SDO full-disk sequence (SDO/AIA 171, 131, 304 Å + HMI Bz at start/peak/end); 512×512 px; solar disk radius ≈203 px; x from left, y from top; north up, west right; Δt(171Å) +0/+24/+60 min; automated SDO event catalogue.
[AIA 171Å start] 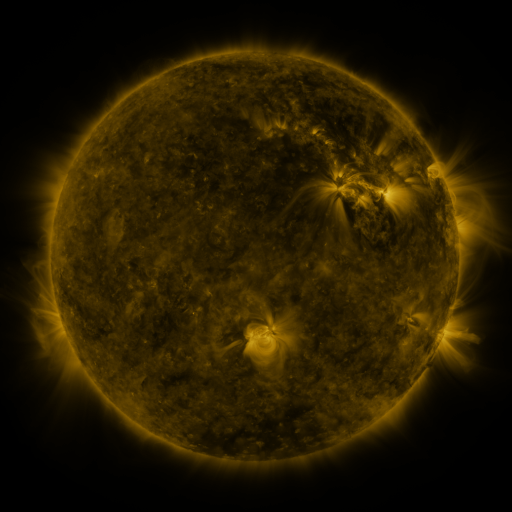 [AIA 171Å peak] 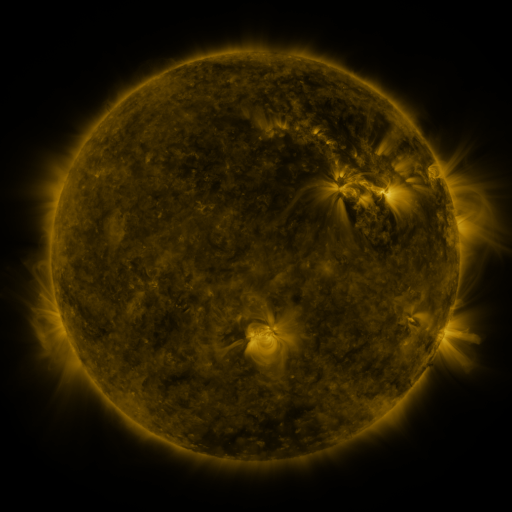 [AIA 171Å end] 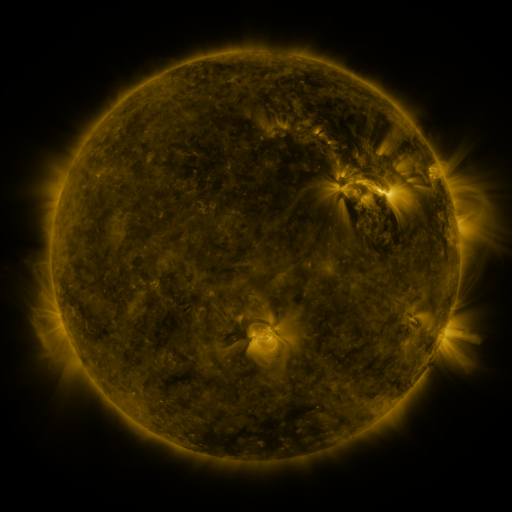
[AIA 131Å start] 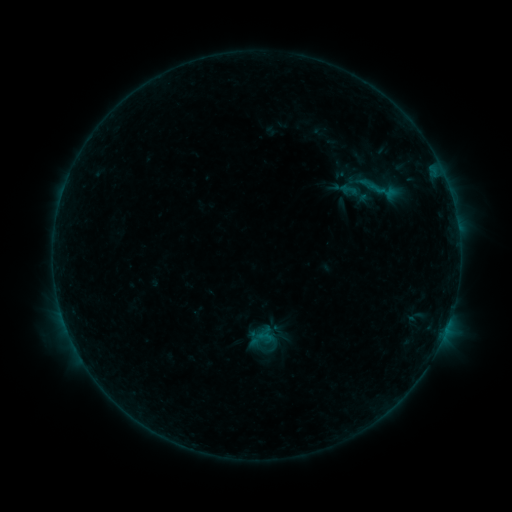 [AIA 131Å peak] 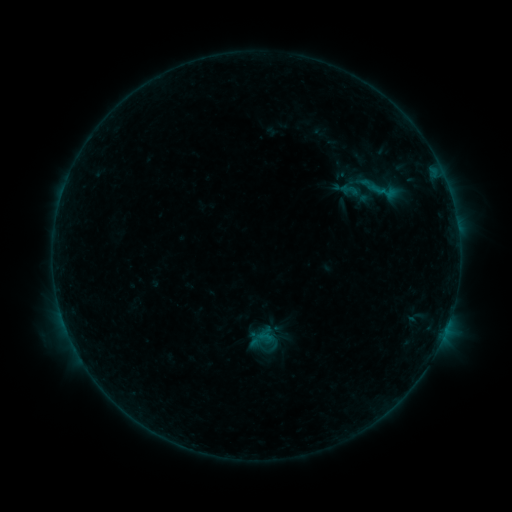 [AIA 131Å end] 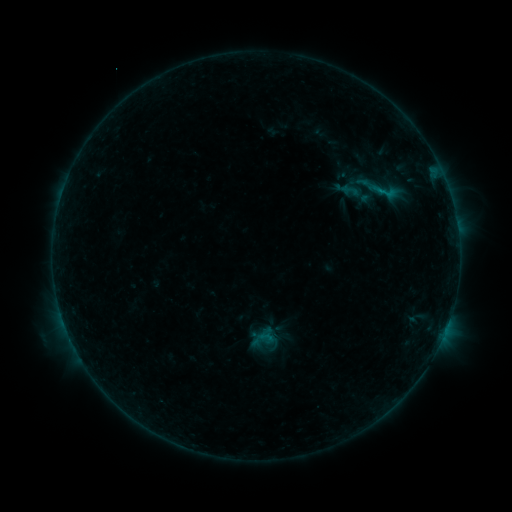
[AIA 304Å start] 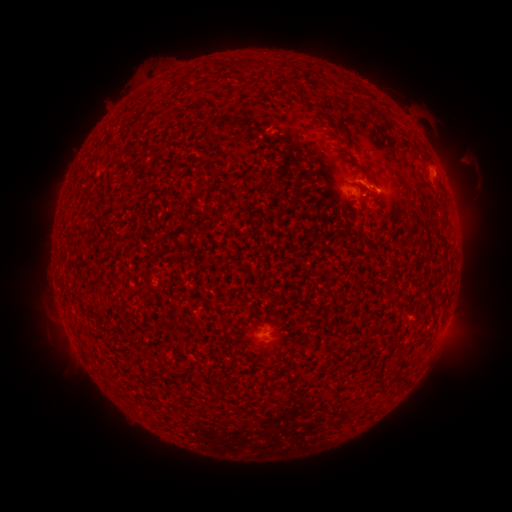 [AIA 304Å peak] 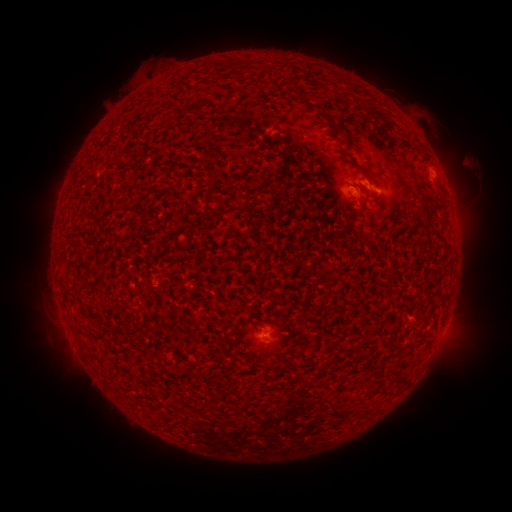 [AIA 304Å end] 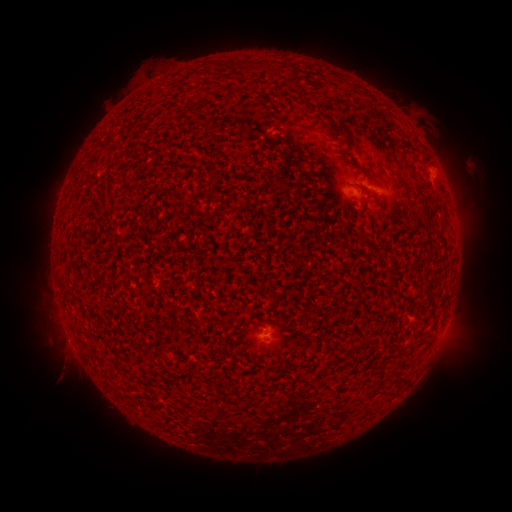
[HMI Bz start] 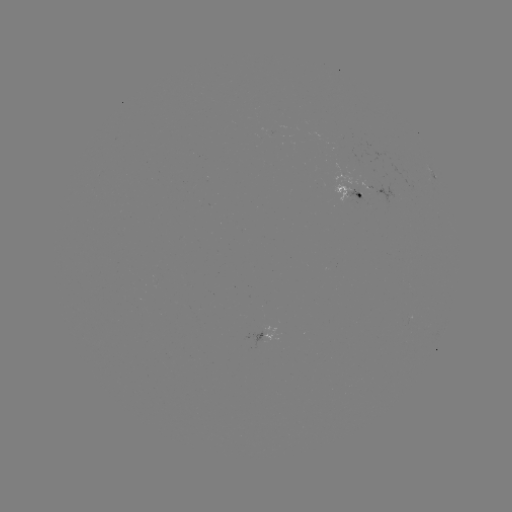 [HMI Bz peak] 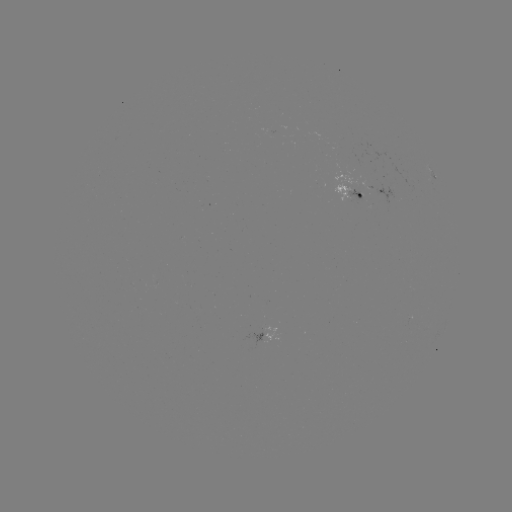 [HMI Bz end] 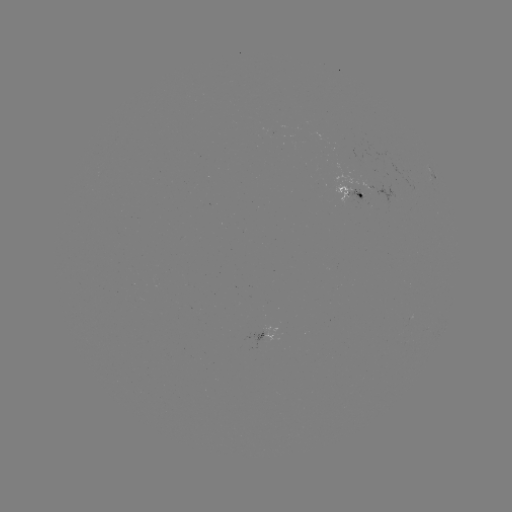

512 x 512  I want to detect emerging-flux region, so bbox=[347, 188, 363, 202].